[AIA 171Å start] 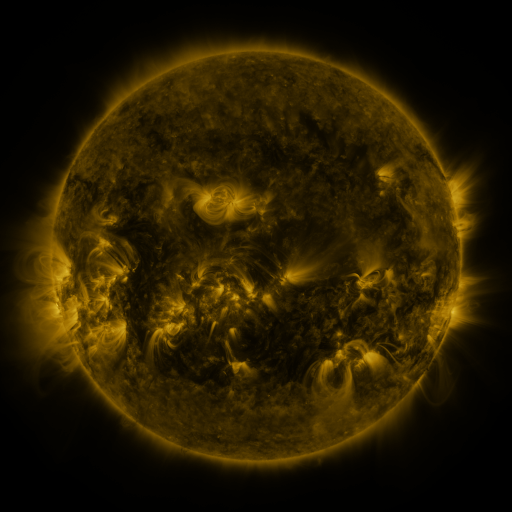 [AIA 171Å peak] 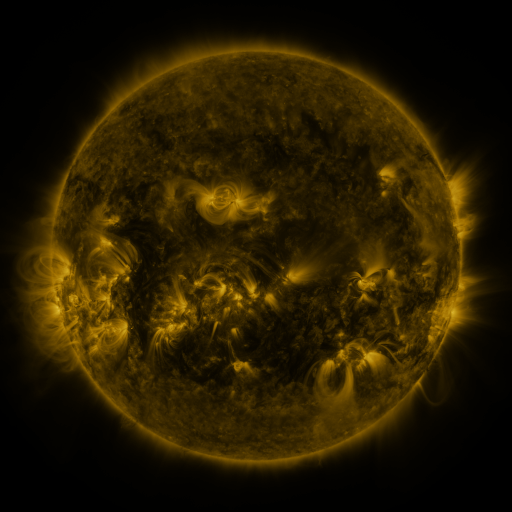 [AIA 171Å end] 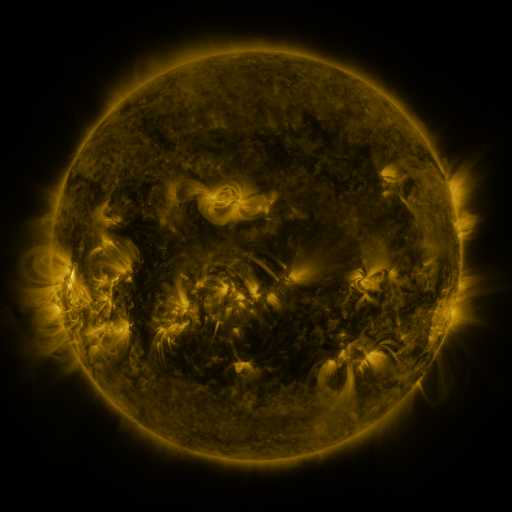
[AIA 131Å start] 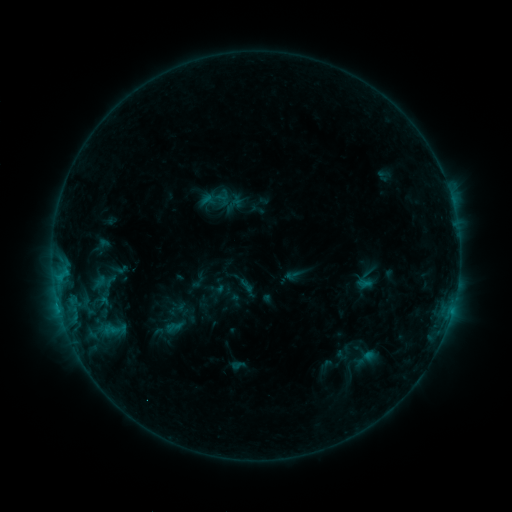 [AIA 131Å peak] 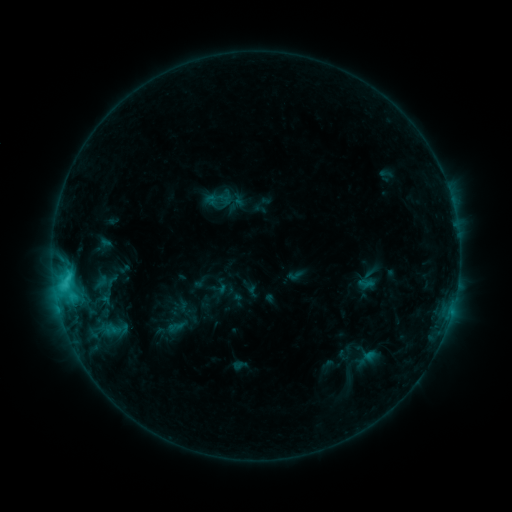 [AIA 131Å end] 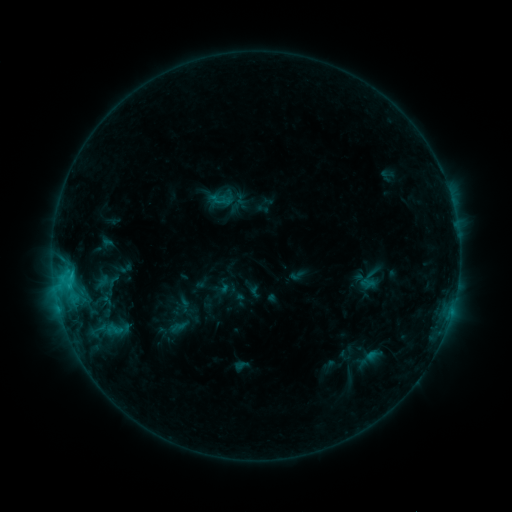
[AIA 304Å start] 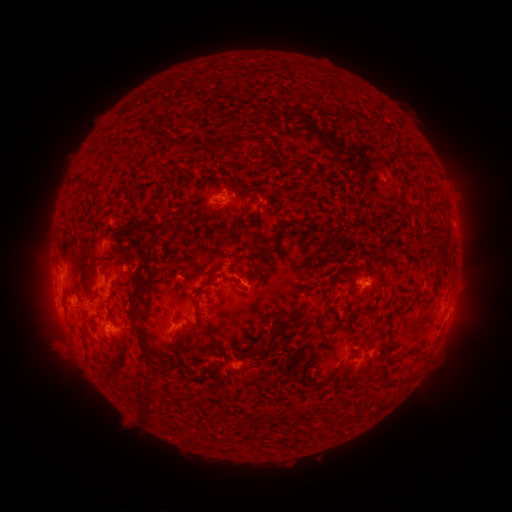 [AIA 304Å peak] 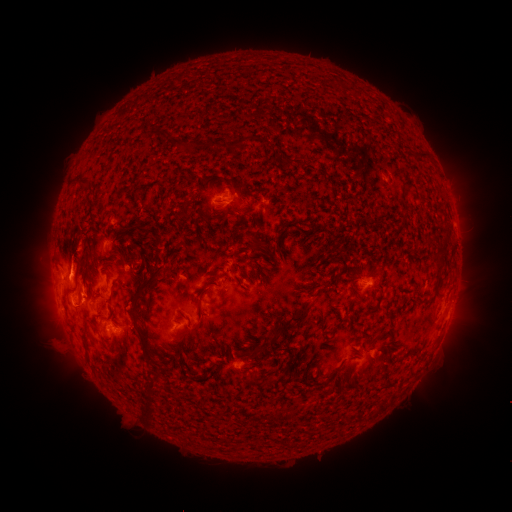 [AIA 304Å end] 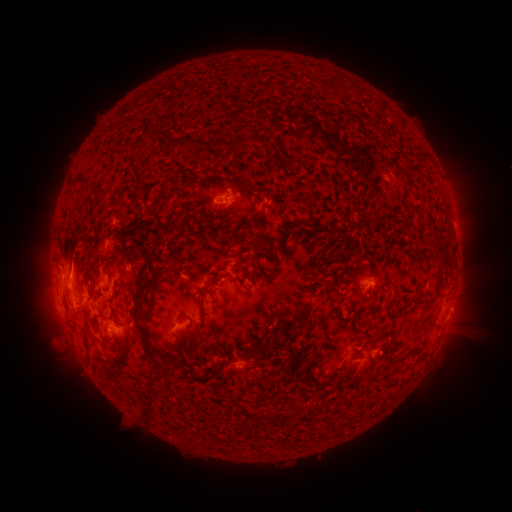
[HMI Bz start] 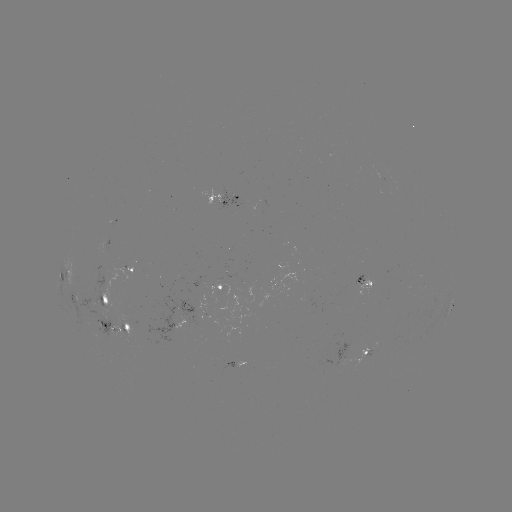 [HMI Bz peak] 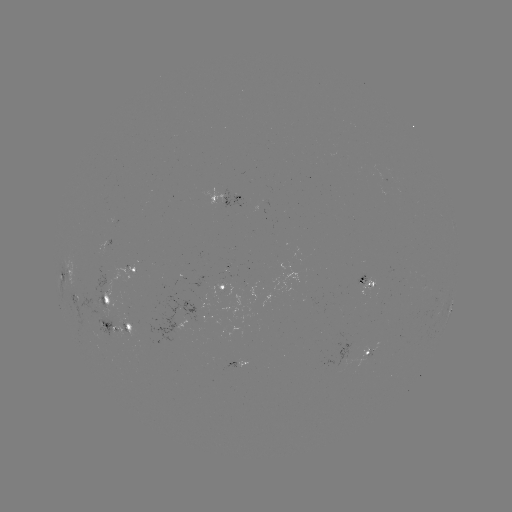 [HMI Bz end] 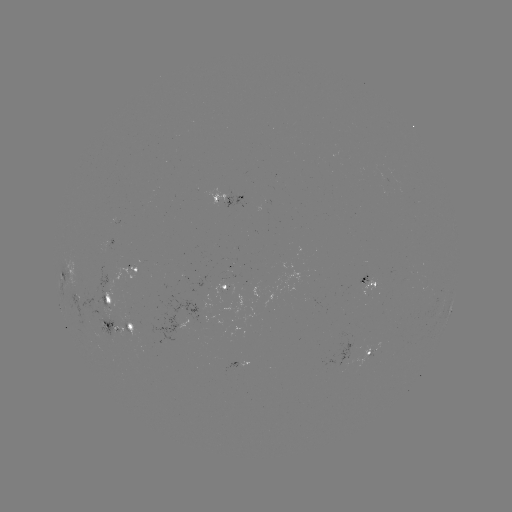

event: flare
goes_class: C3.6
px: (65, 281)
